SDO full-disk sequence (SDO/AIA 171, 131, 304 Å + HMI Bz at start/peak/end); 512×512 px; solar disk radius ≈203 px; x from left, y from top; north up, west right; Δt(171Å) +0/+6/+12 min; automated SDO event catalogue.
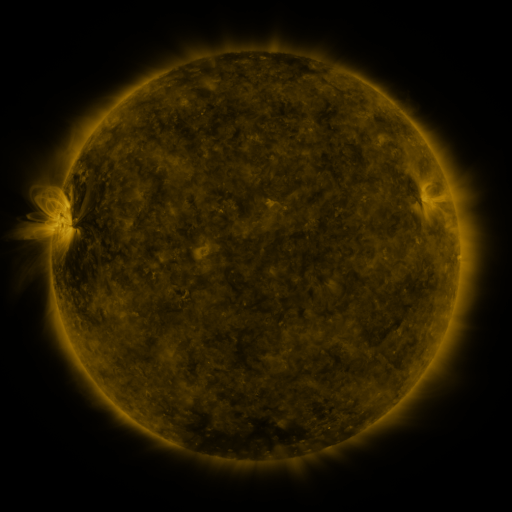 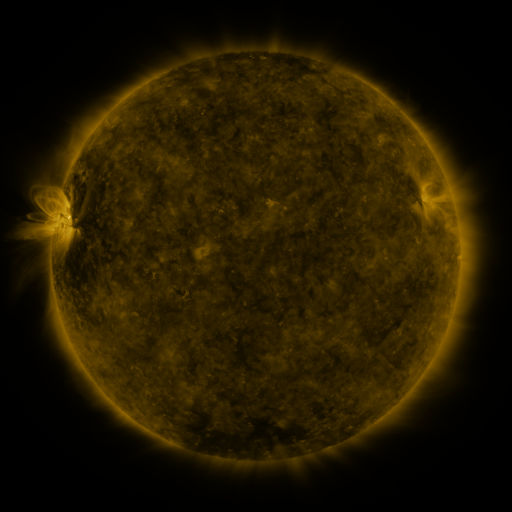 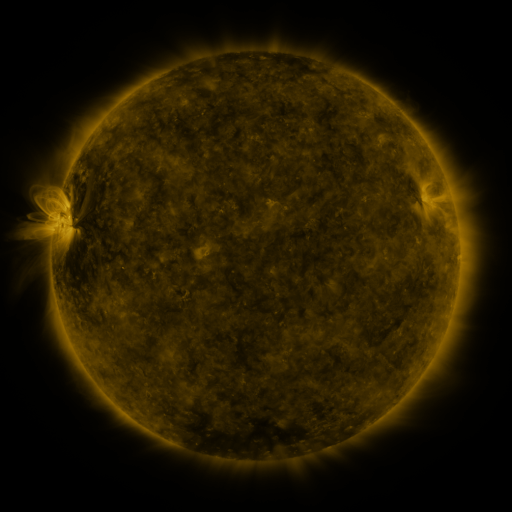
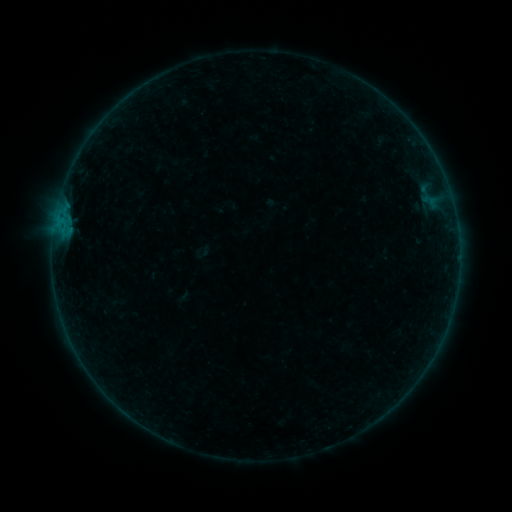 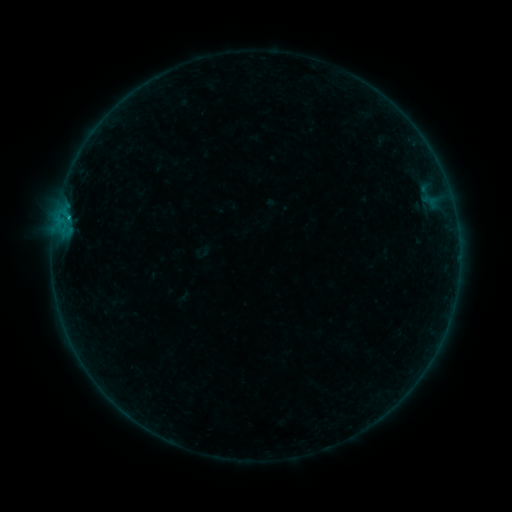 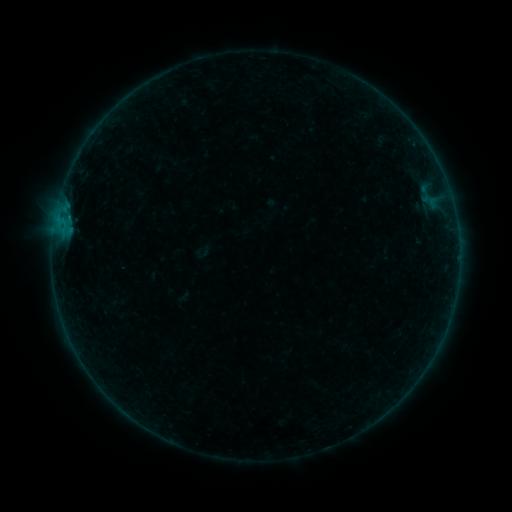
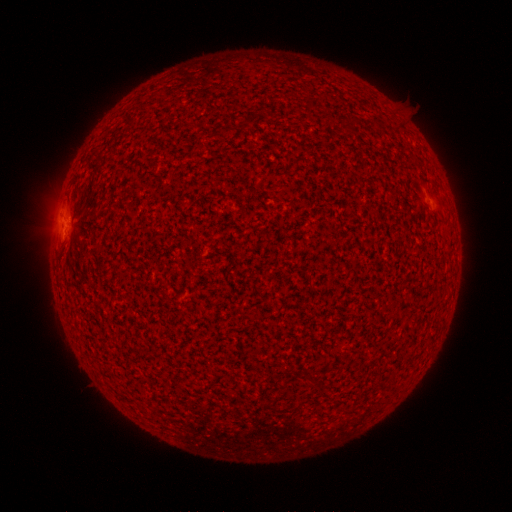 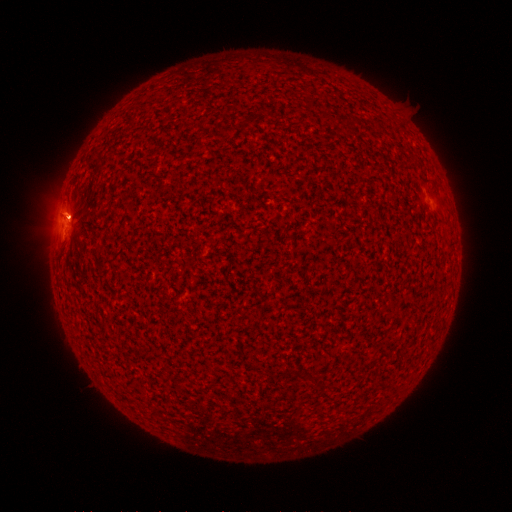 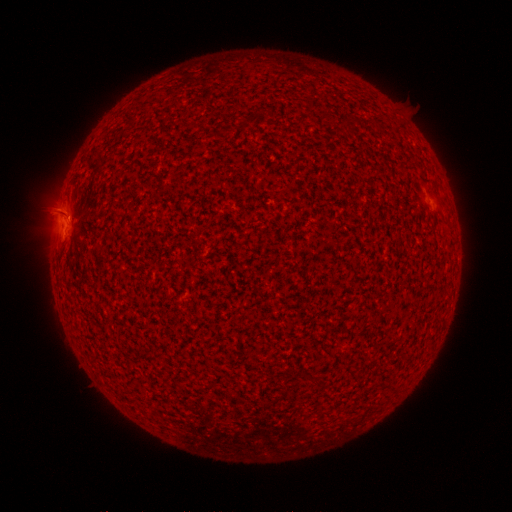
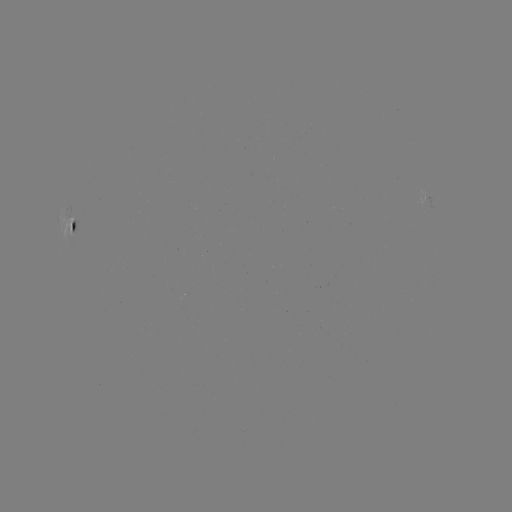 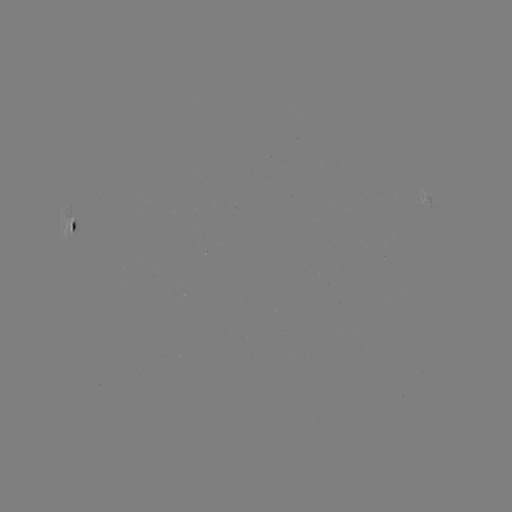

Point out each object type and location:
eruption: (70, 213)
